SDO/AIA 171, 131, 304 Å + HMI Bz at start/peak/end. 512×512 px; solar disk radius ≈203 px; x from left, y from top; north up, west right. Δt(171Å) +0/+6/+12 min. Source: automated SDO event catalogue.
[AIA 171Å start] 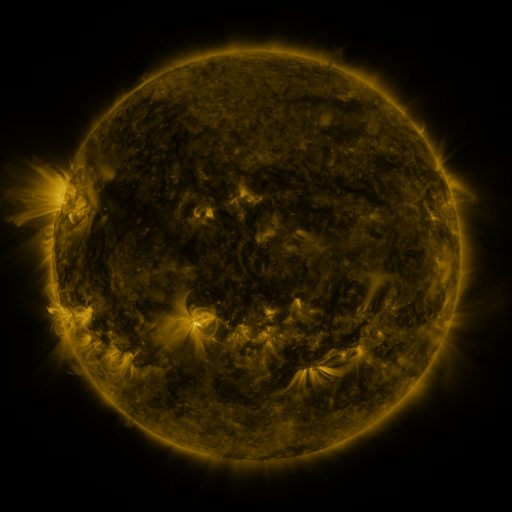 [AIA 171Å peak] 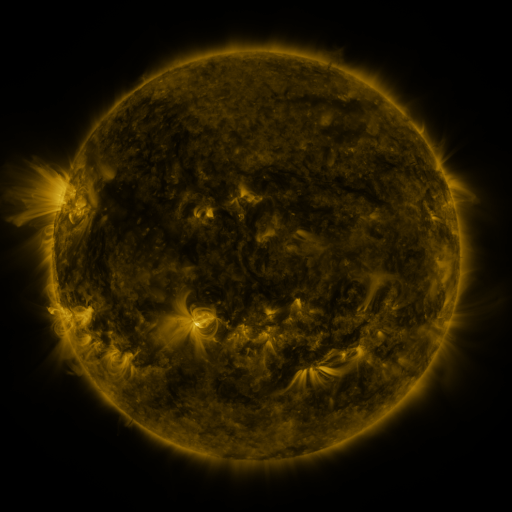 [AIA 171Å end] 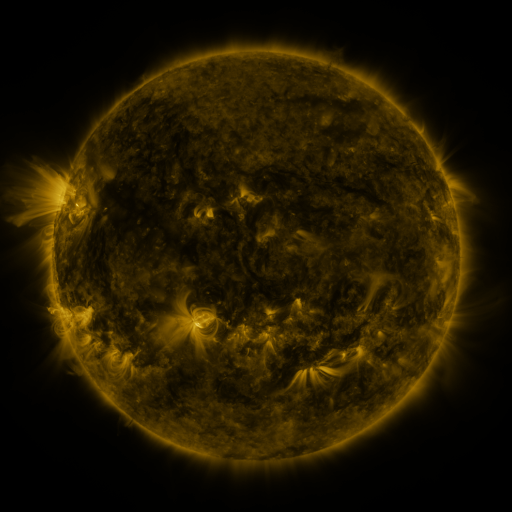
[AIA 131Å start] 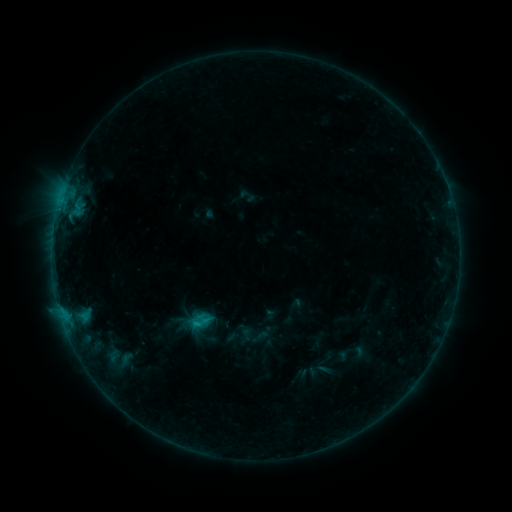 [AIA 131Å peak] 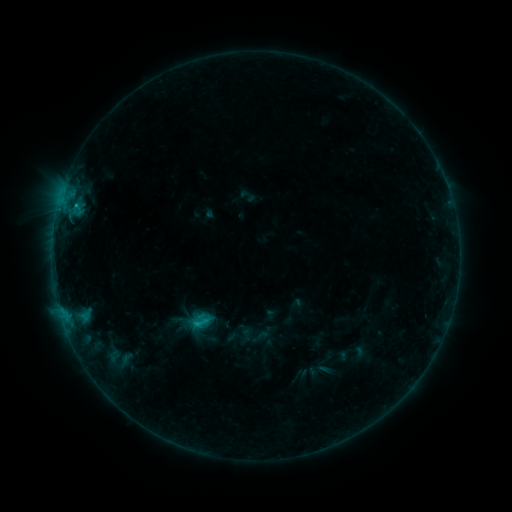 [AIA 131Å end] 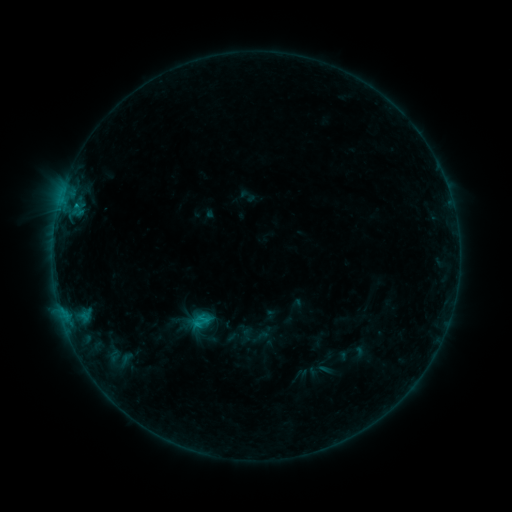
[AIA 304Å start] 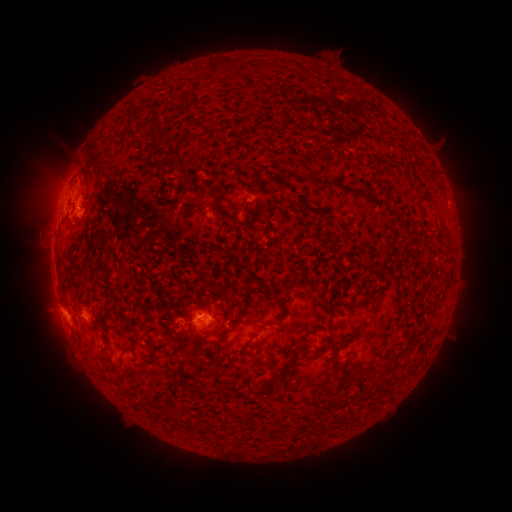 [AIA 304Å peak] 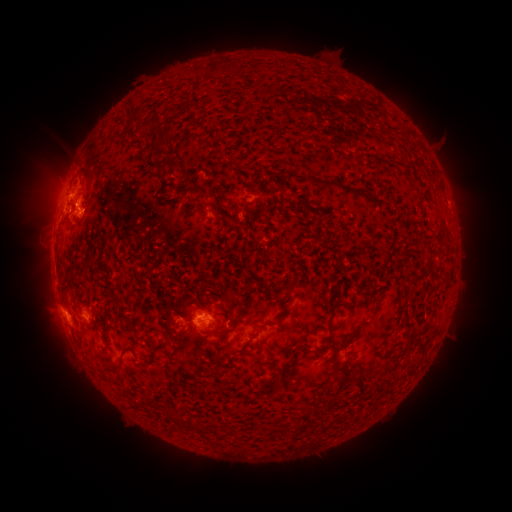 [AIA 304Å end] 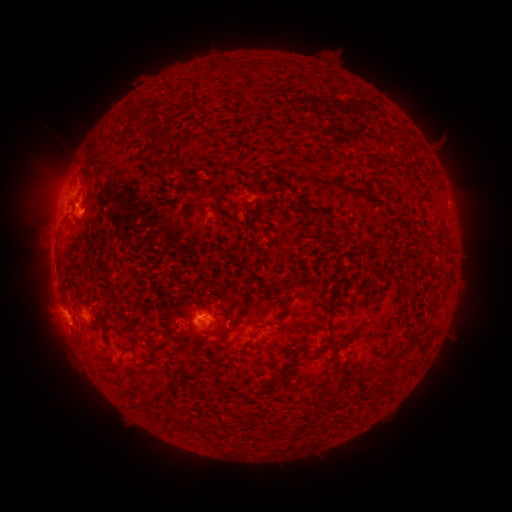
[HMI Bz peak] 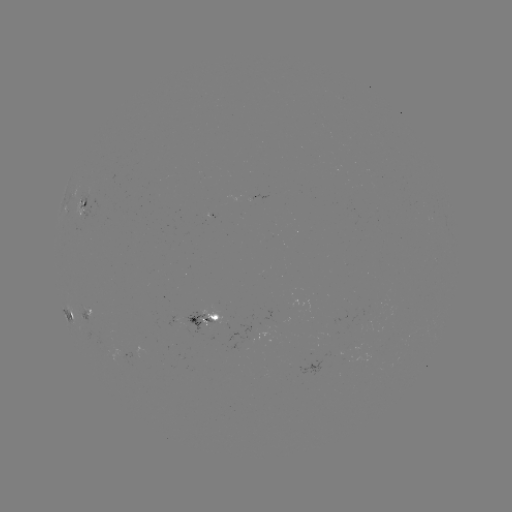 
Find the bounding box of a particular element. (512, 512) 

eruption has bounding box [39, 168, 84, 213].